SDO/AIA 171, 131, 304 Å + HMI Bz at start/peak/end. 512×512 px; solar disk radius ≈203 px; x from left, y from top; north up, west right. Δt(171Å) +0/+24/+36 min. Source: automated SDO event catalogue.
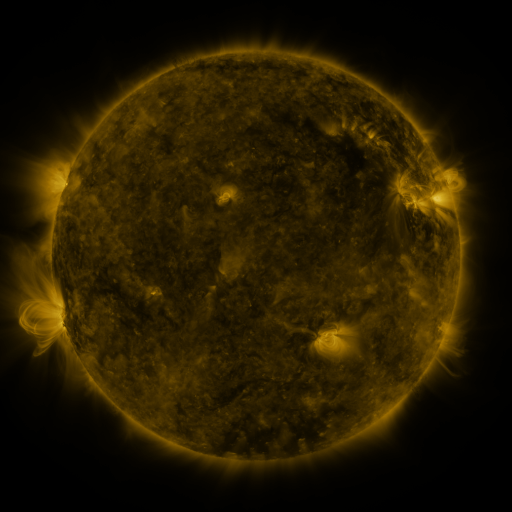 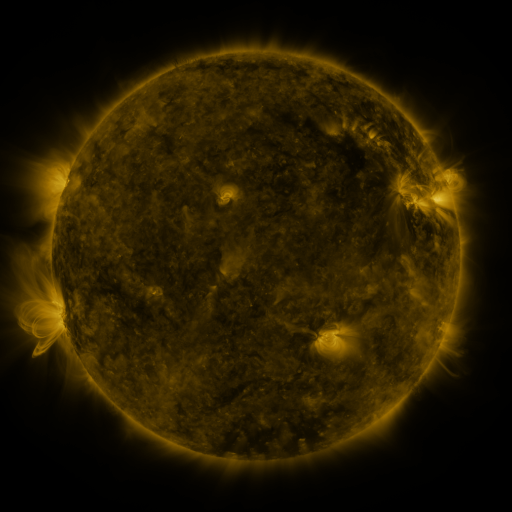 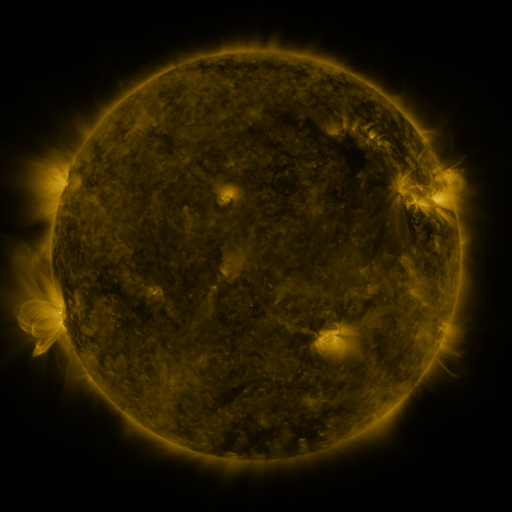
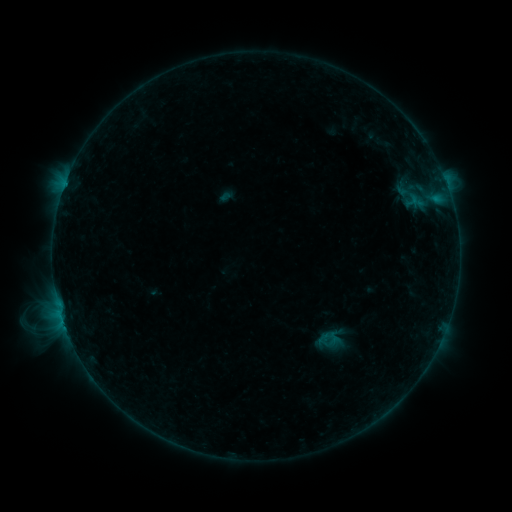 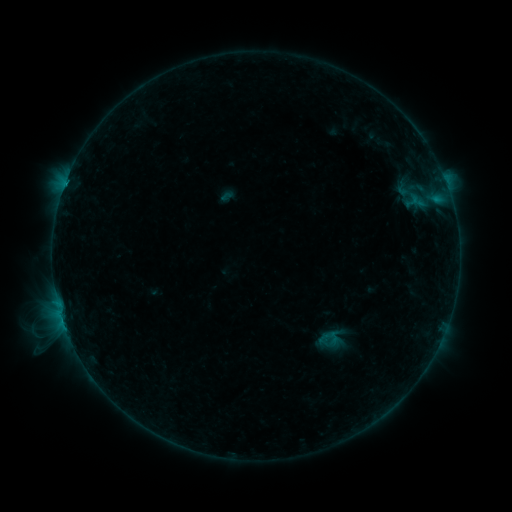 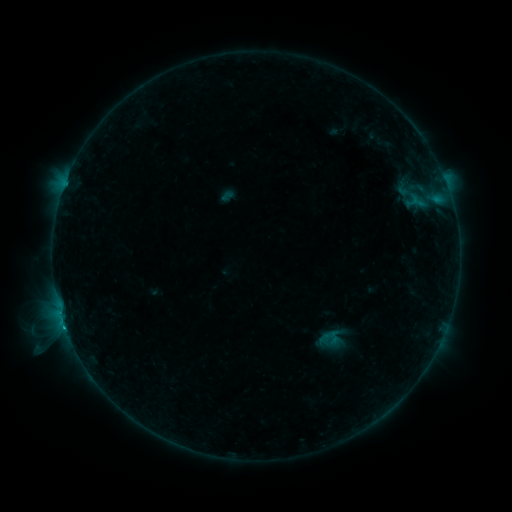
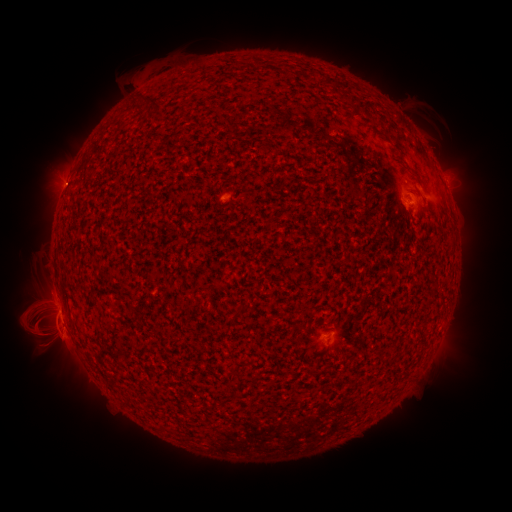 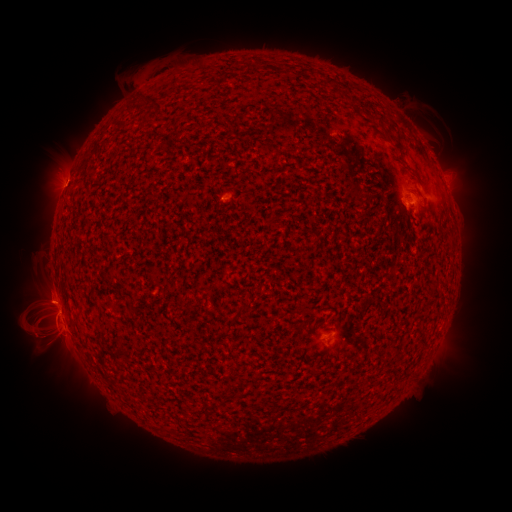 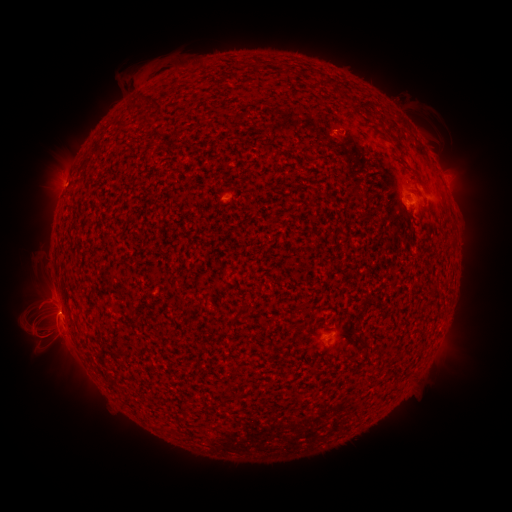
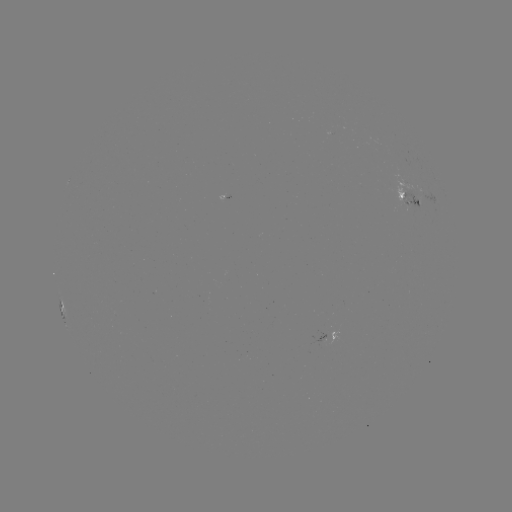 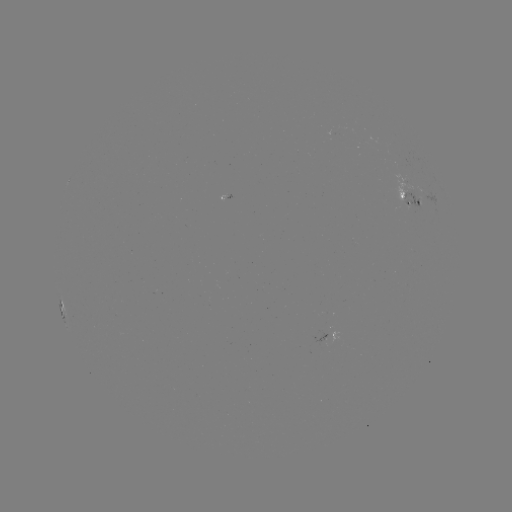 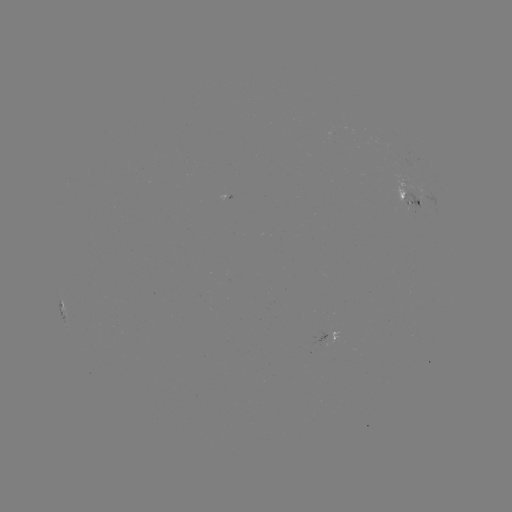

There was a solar emerging-flux region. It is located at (411, 194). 